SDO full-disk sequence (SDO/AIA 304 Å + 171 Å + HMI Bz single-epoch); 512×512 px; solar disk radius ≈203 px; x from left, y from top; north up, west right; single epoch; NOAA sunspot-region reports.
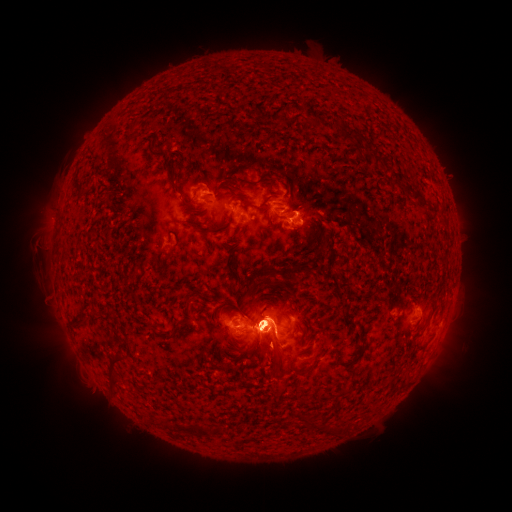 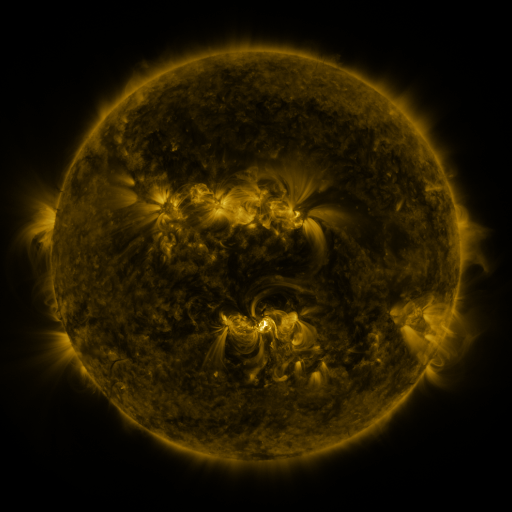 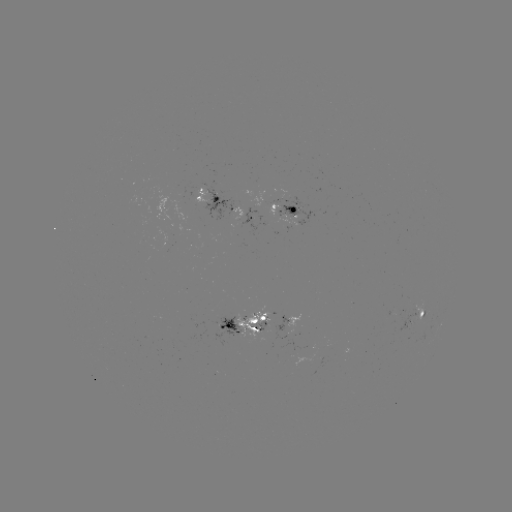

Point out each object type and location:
spotted active region: (209, 199)
spotted active region: (286, 210)
spotted active region: (245, 217)
spotted active region: (300, 315)
spotted active region: (416, 318)
spotted active region: (242, 326)
